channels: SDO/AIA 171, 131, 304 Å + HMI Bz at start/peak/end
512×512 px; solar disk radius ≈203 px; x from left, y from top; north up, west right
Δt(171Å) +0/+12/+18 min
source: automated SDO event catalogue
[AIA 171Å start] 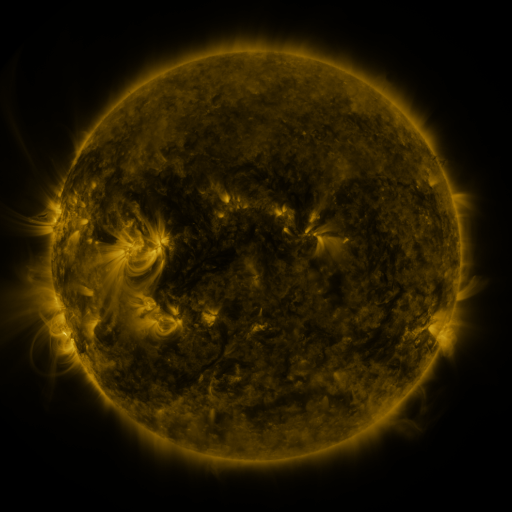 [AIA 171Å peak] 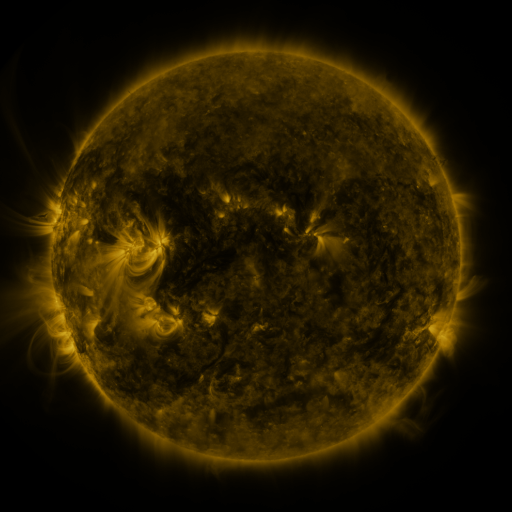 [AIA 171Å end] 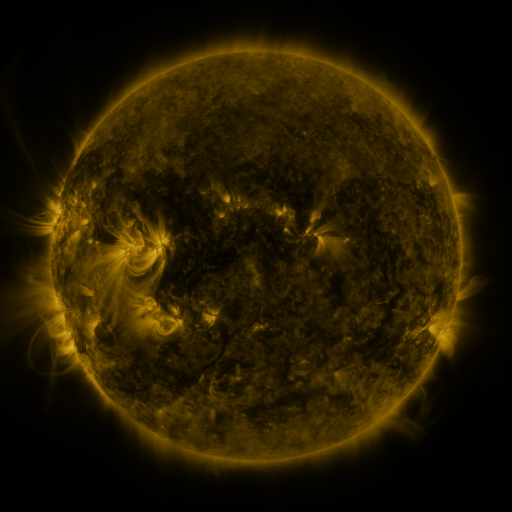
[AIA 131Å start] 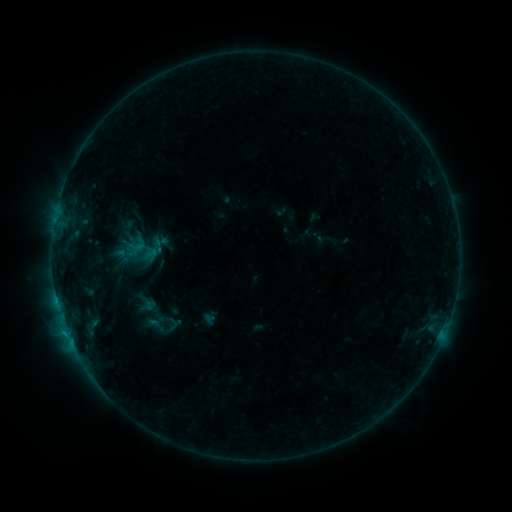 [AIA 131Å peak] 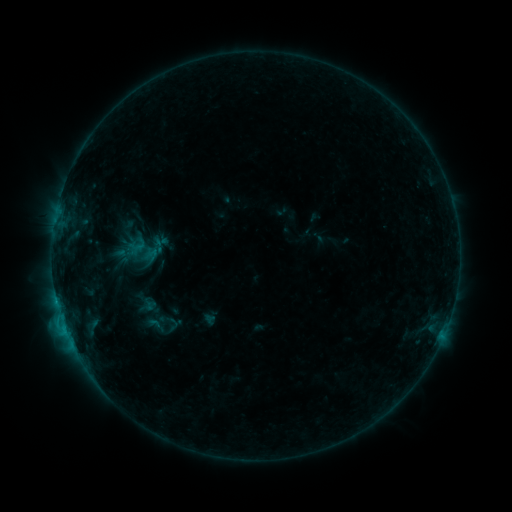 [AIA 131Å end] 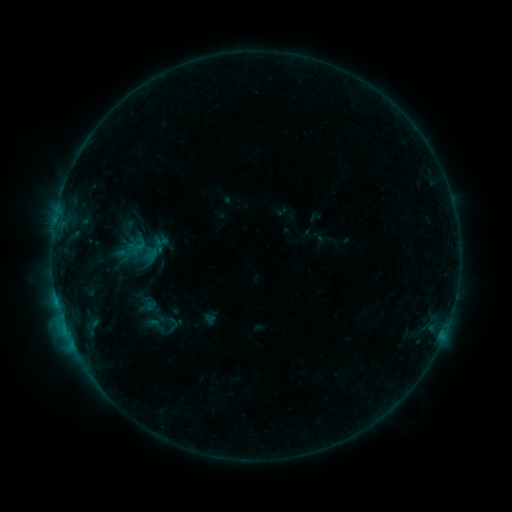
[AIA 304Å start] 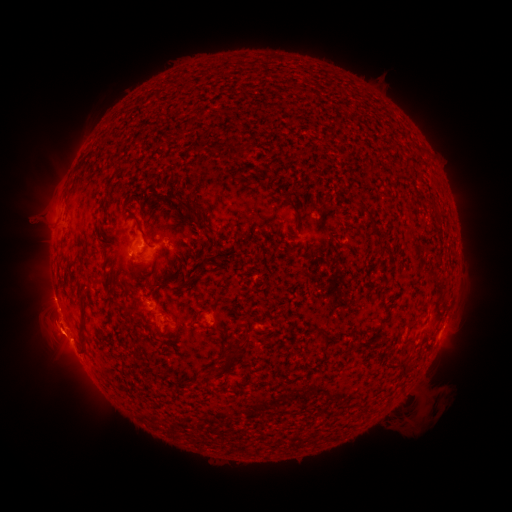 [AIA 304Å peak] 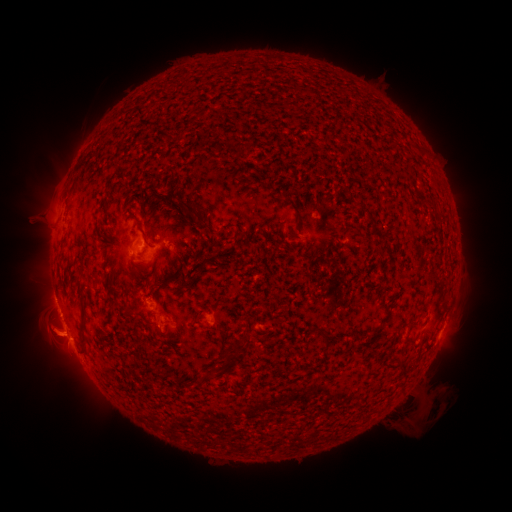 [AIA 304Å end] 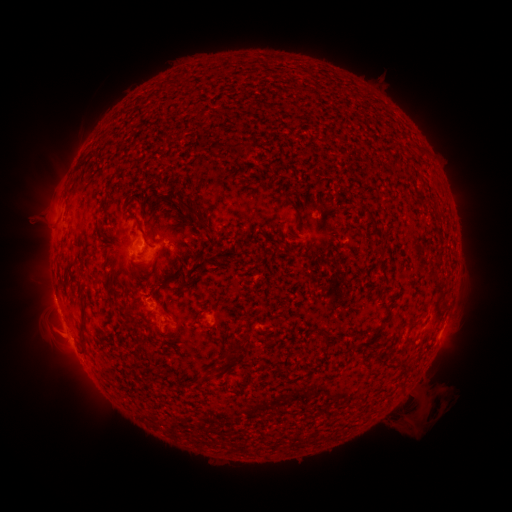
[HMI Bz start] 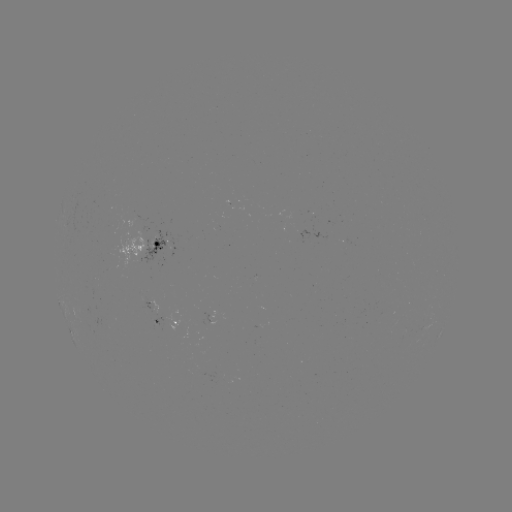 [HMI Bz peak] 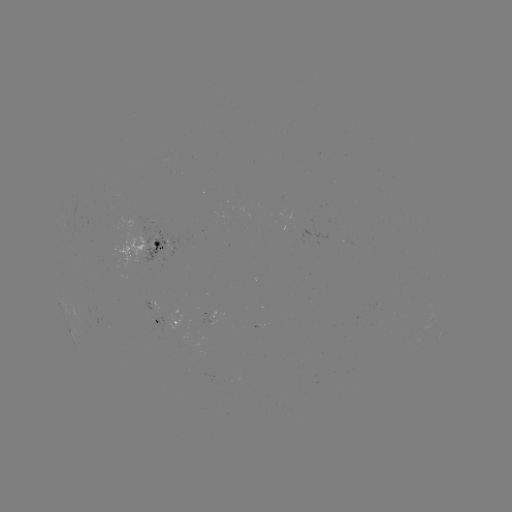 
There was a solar flare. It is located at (65, 326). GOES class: B8.8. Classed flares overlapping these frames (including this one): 1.